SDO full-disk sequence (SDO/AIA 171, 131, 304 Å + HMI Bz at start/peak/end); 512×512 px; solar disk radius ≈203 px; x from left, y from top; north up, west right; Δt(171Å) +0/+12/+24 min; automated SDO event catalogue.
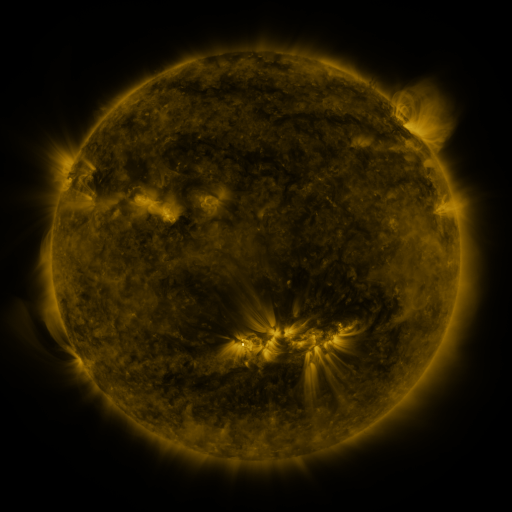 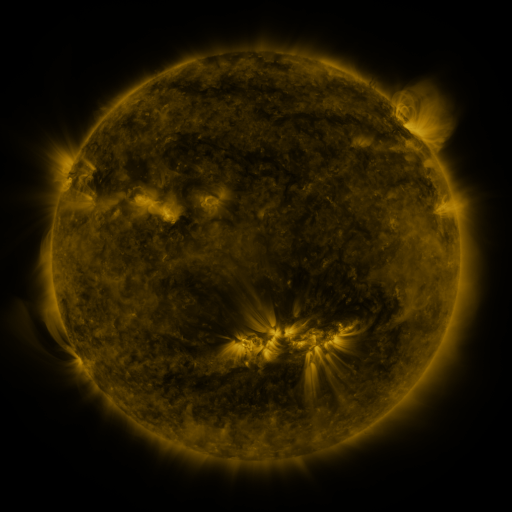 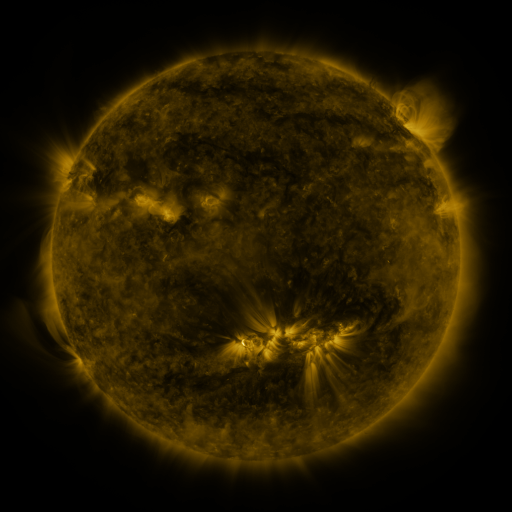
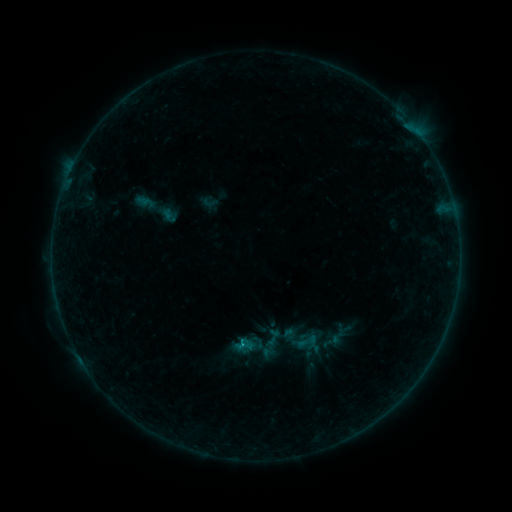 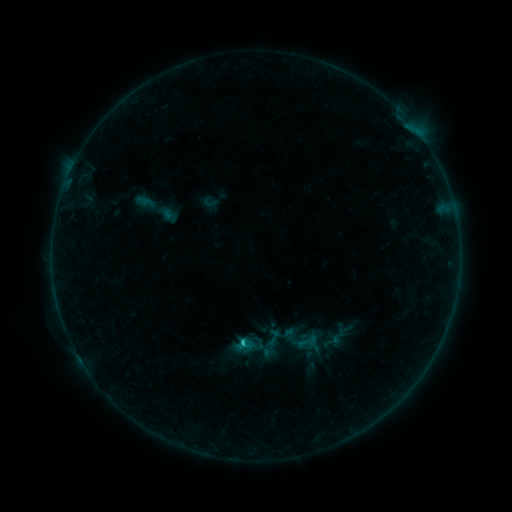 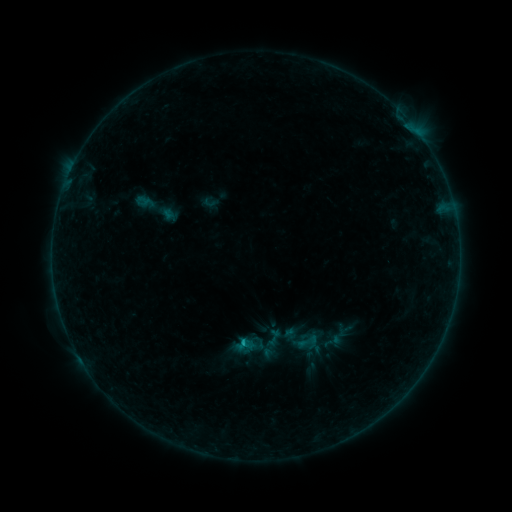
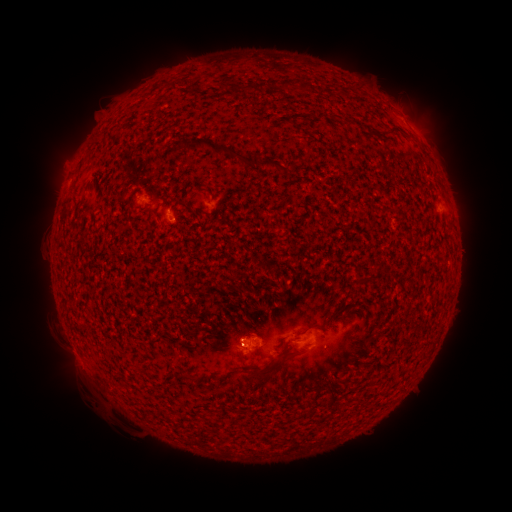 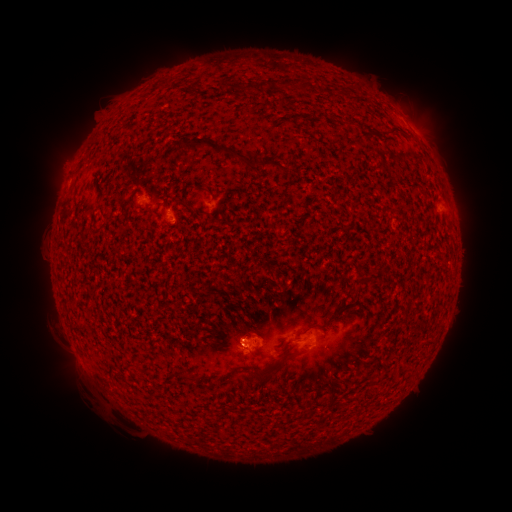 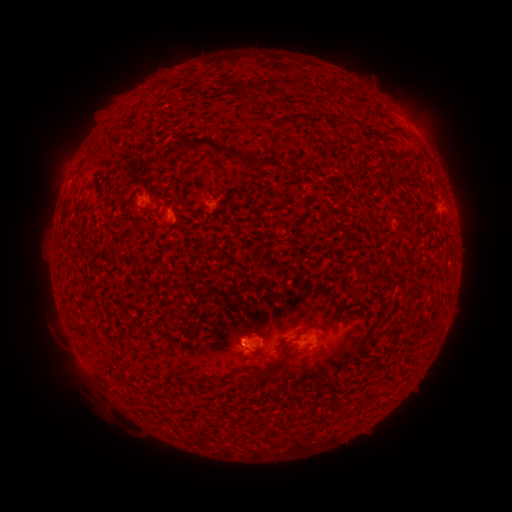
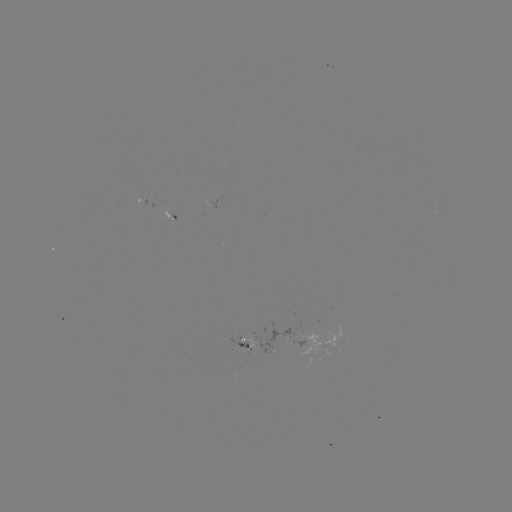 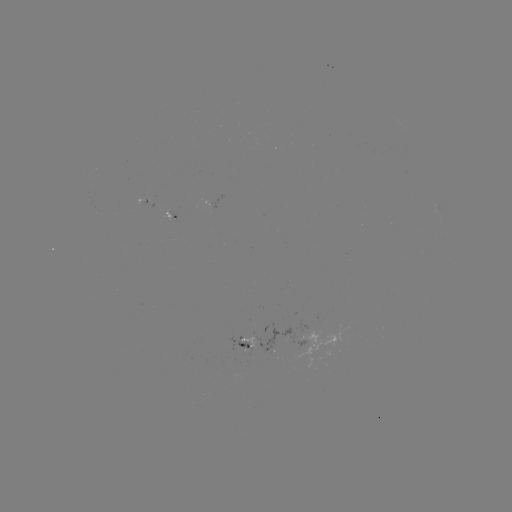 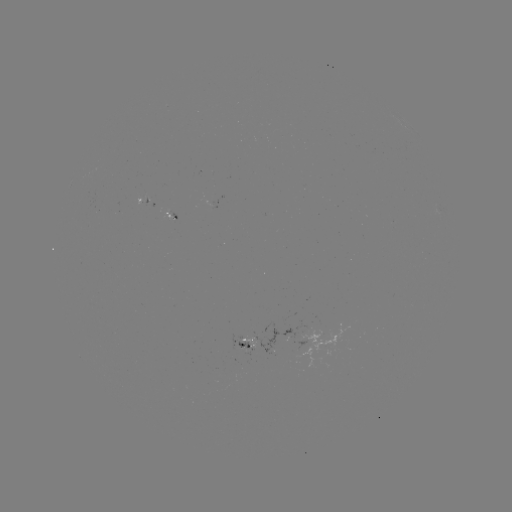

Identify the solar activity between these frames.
B6.0 flare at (242, 342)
